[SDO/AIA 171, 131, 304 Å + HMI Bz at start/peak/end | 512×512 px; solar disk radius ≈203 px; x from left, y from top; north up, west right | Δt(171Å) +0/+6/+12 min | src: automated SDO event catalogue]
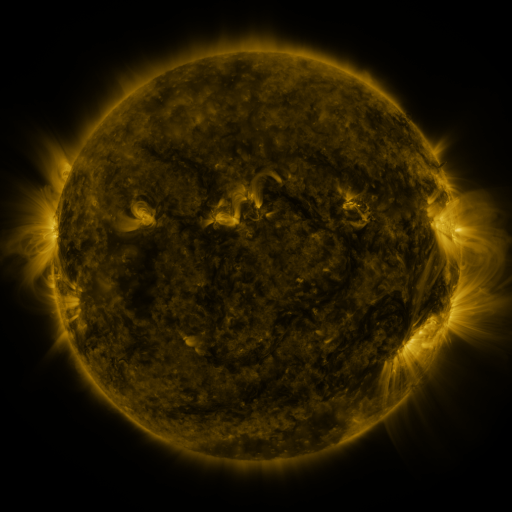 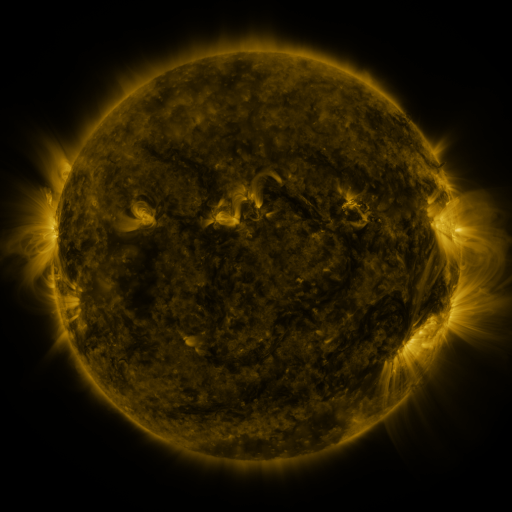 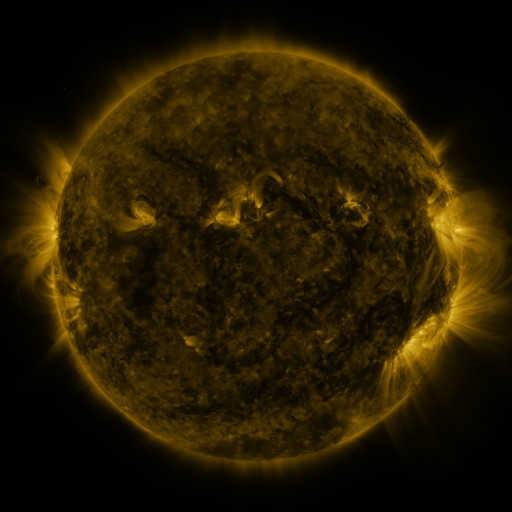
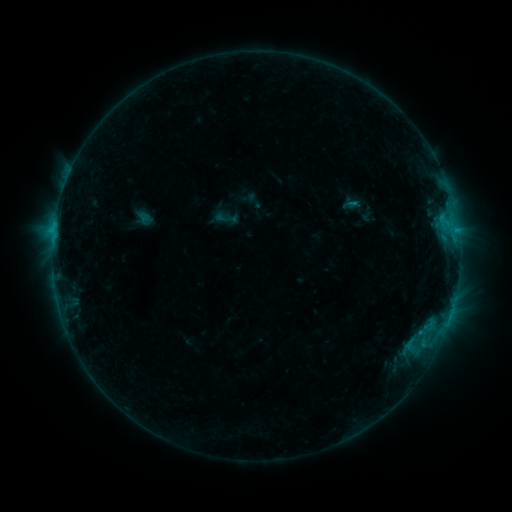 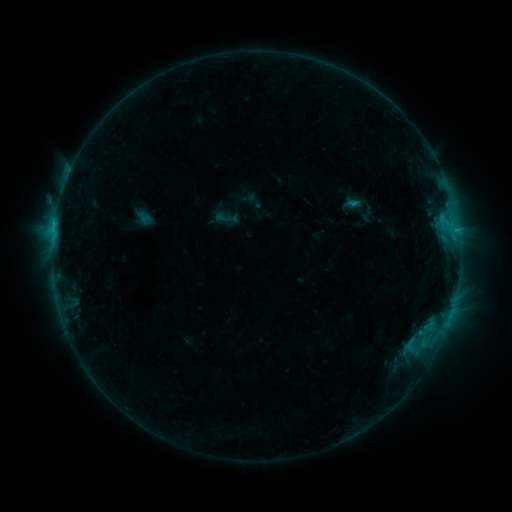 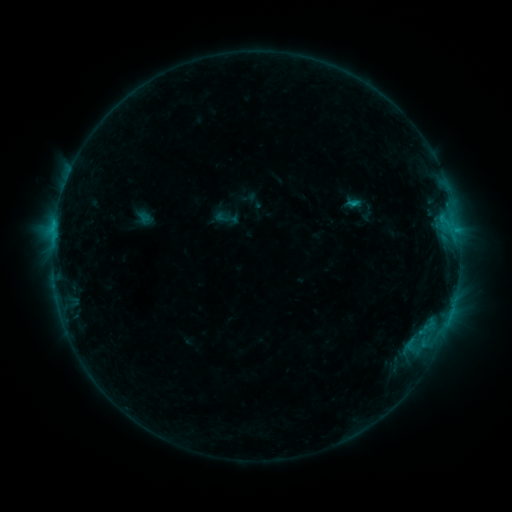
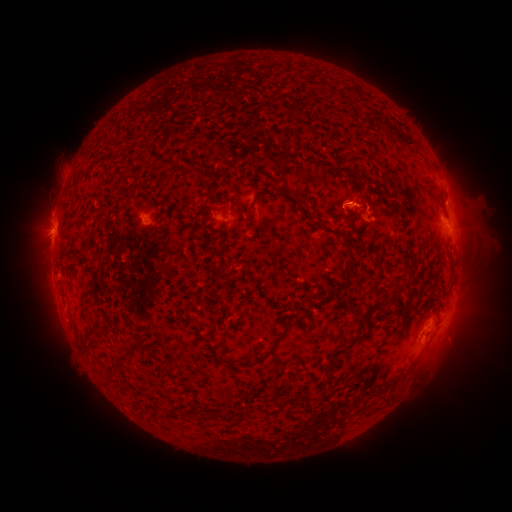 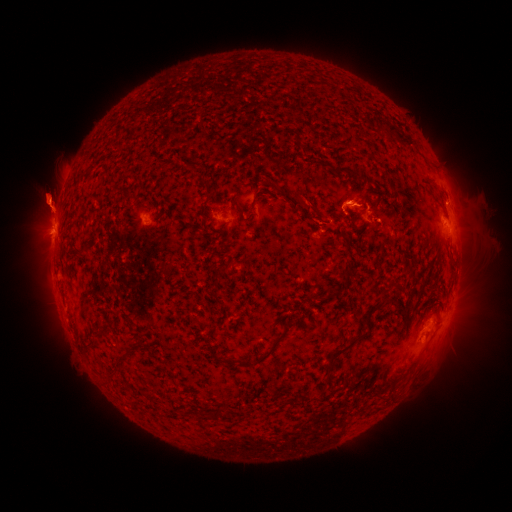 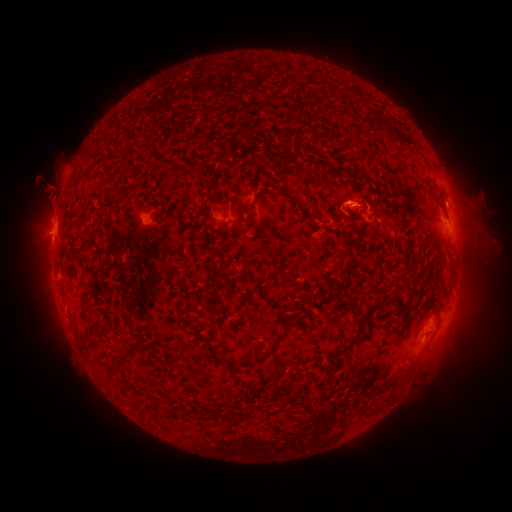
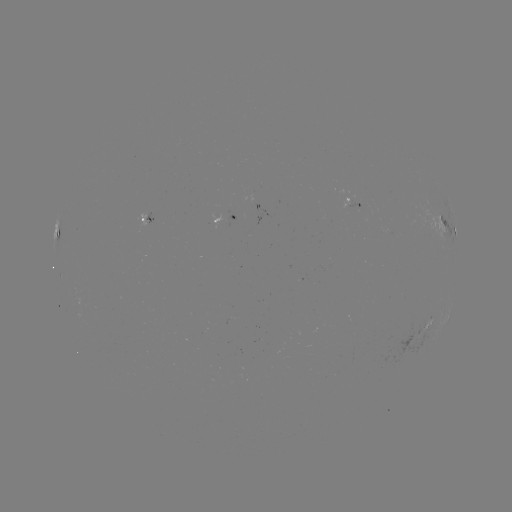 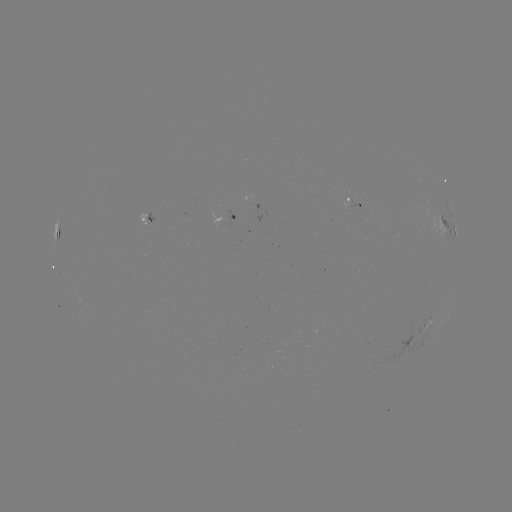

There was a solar eruption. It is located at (50, 201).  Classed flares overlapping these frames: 1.